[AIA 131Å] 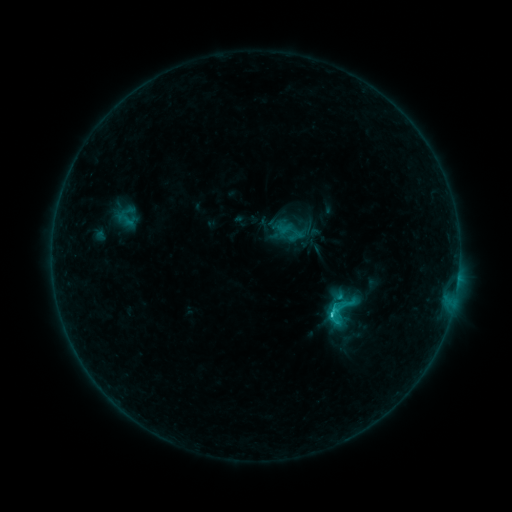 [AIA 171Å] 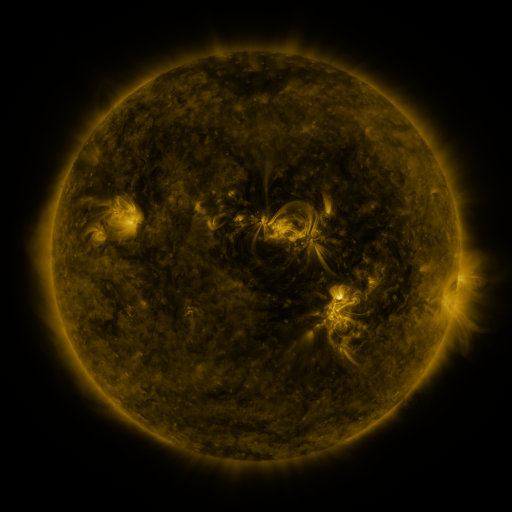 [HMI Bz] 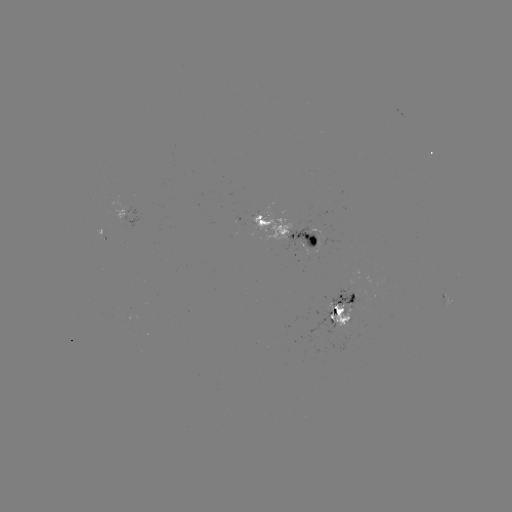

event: sigmoid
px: (341, 311)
